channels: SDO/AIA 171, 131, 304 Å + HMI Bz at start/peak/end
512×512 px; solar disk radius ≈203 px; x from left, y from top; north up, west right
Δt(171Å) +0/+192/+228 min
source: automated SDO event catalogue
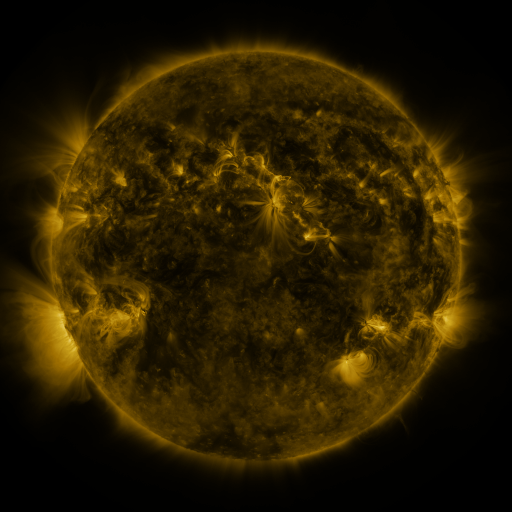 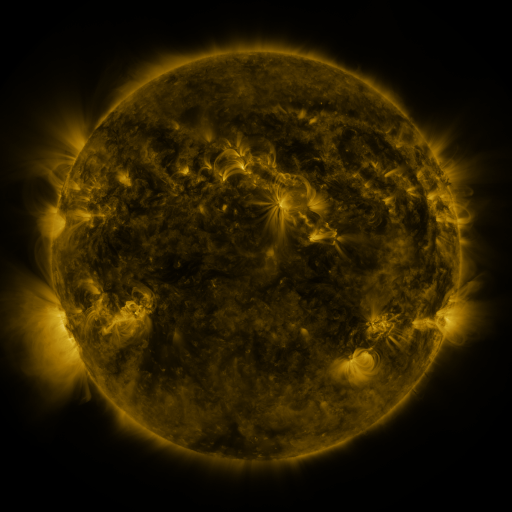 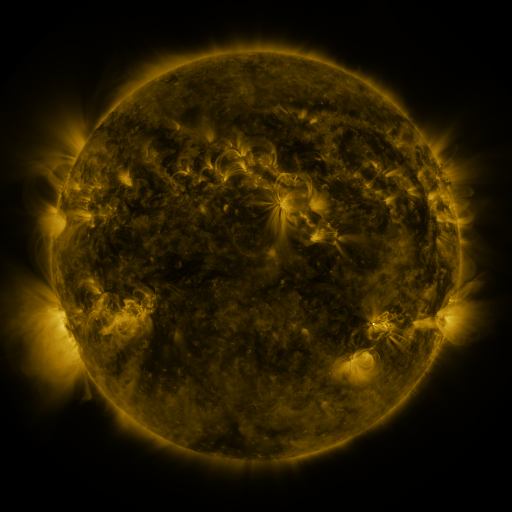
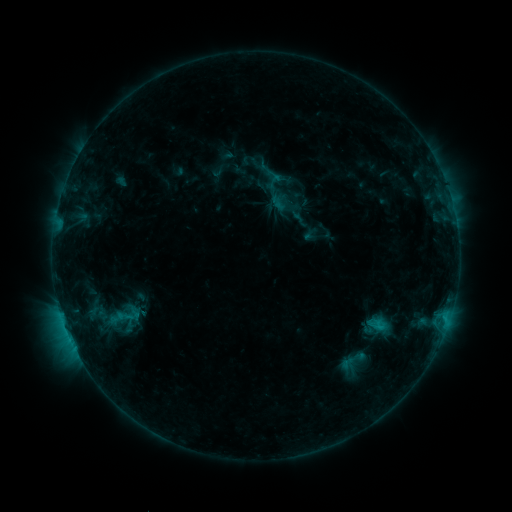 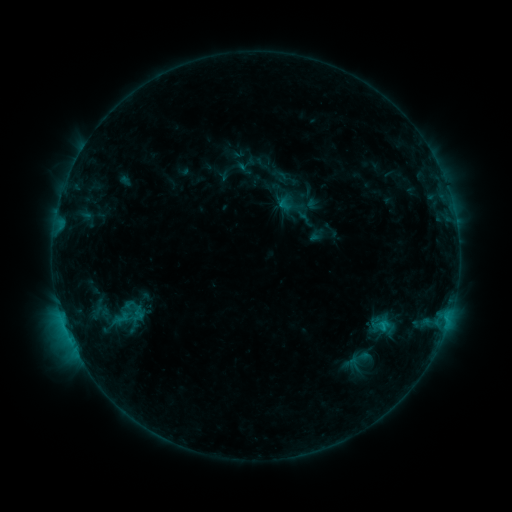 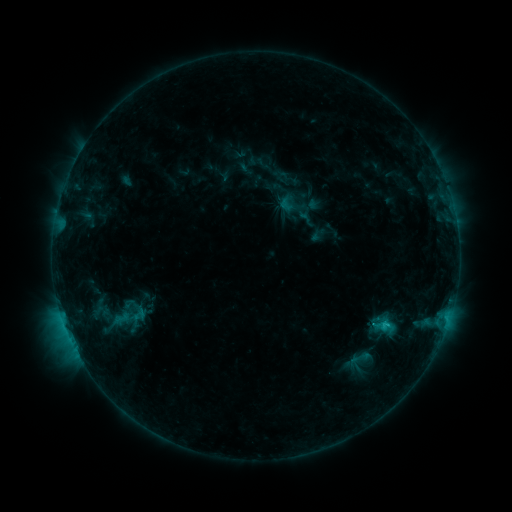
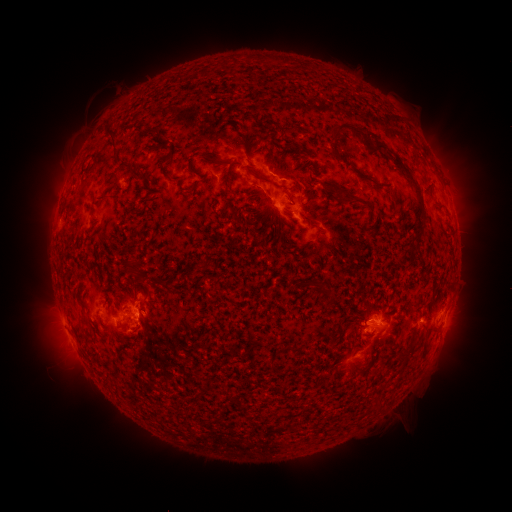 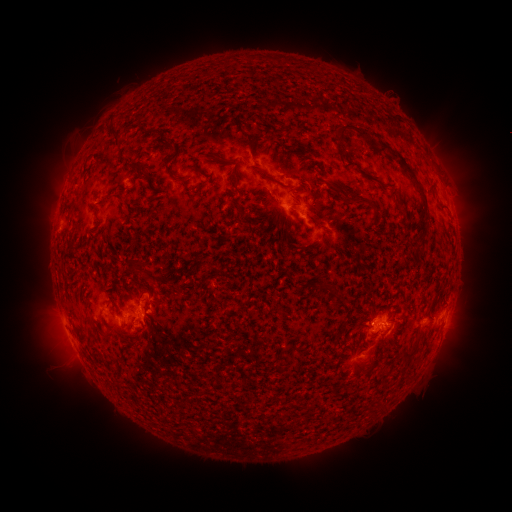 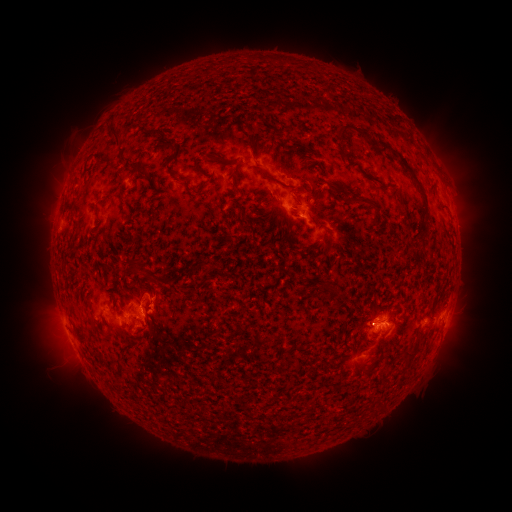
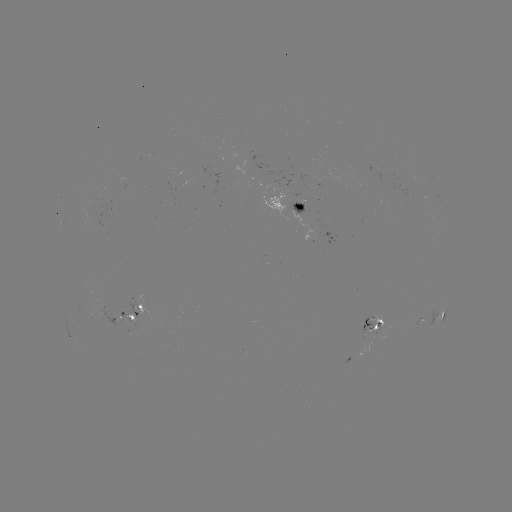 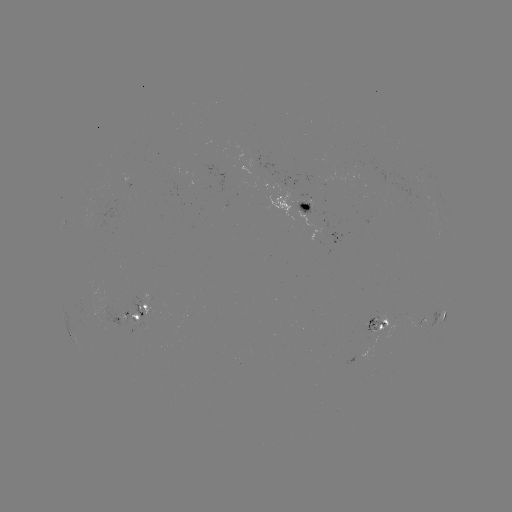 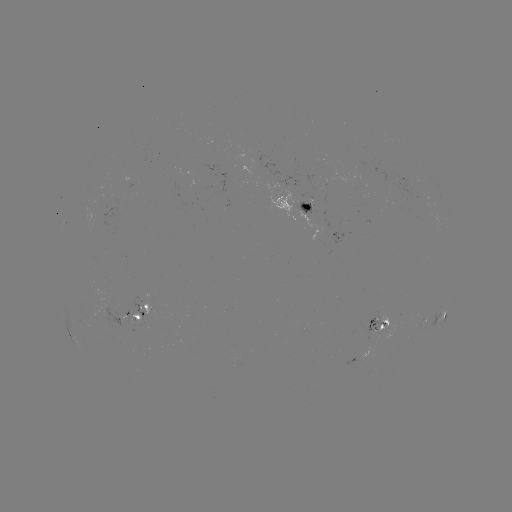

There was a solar emerging-flux region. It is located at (325, 127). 